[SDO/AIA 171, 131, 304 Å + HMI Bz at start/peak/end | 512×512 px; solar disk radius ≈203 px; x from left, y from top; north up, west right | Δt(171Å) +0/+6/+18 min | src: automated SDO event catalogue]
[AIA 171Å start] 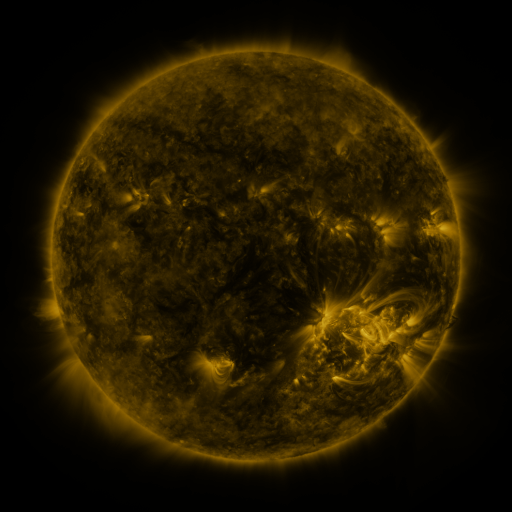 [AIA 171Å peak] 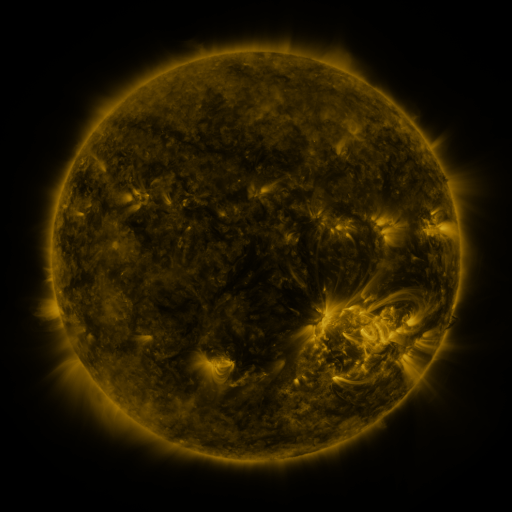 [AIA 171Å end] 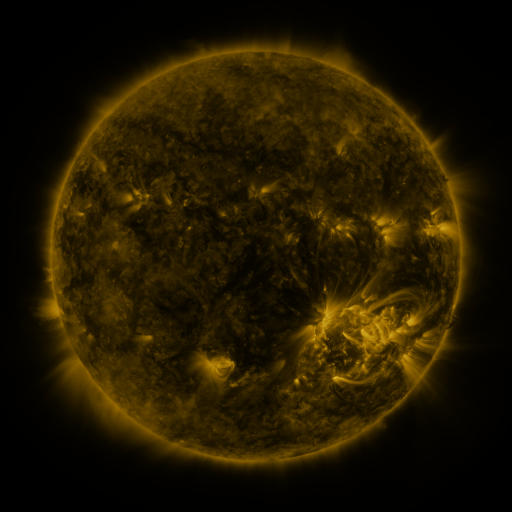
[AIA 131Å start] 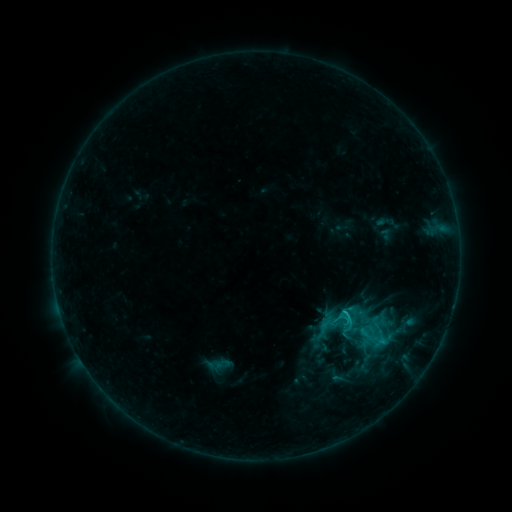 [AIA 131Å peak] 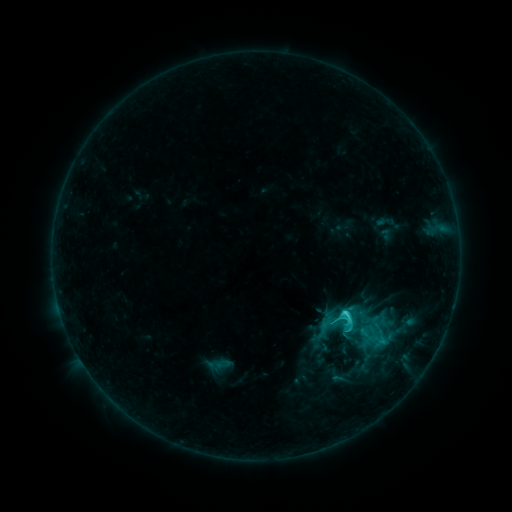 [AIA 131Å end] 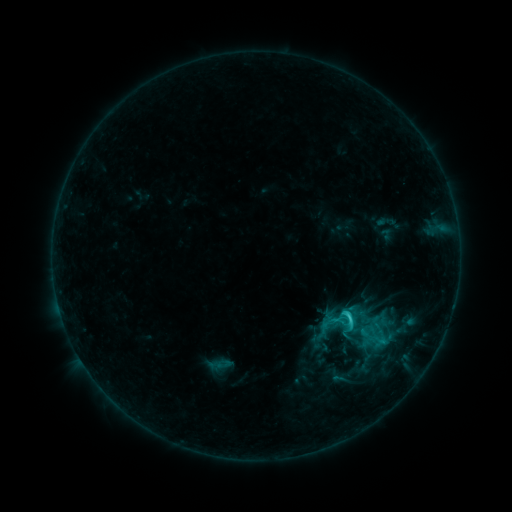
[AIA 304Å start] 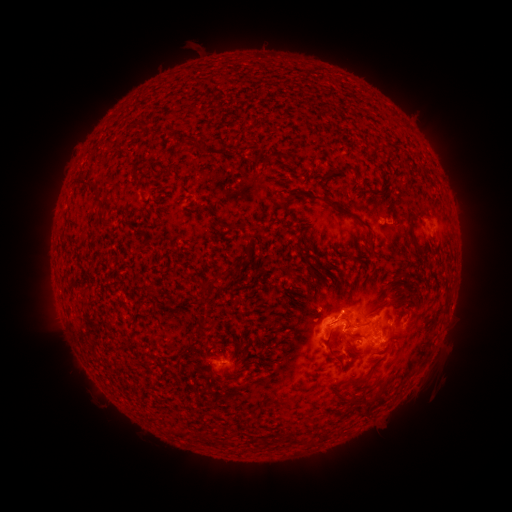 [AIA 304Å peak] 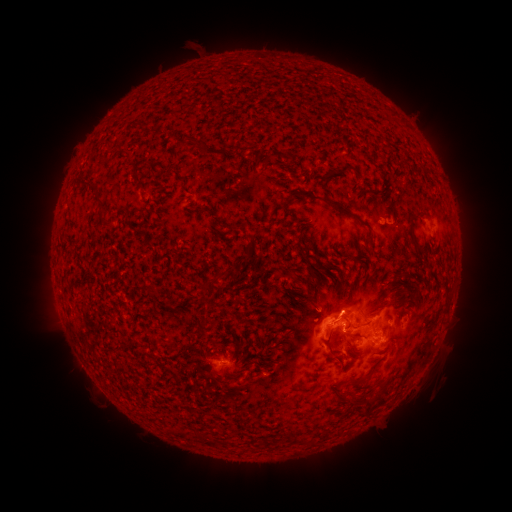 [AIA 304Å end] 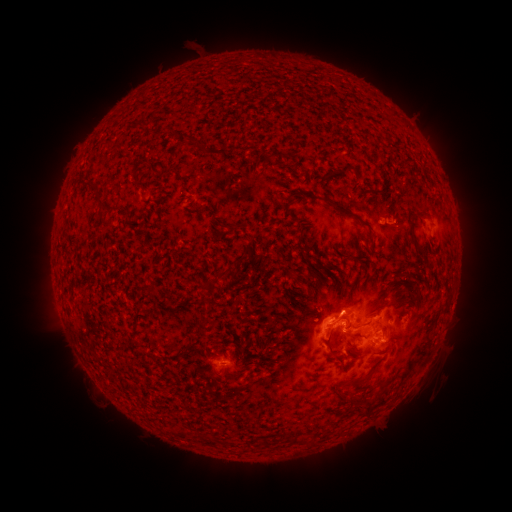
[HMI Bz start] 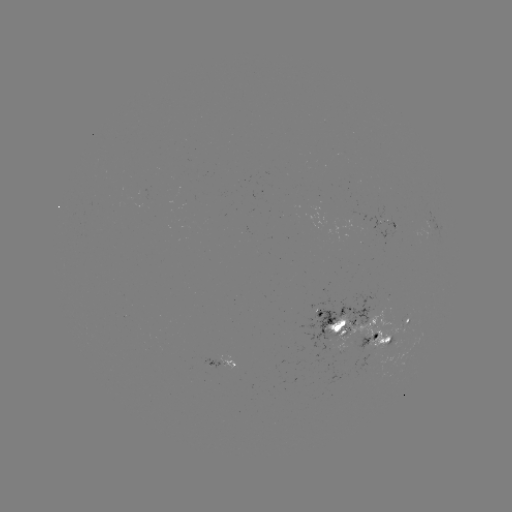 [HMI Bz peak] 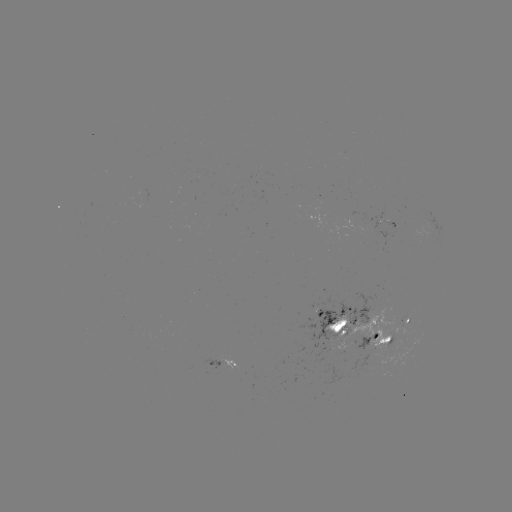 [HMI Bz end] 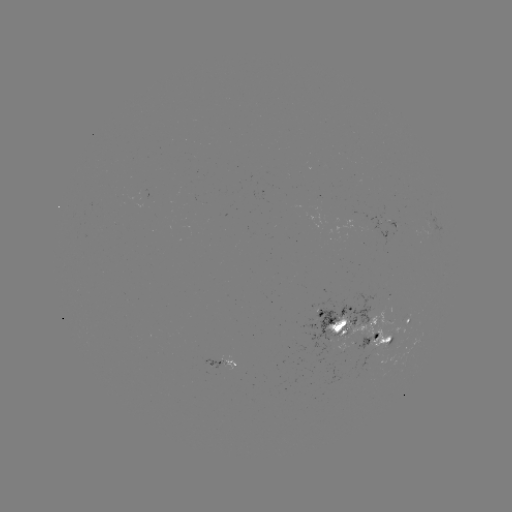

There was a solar flare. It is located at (346, 311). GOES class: C3.2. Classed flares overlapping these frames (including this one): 1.